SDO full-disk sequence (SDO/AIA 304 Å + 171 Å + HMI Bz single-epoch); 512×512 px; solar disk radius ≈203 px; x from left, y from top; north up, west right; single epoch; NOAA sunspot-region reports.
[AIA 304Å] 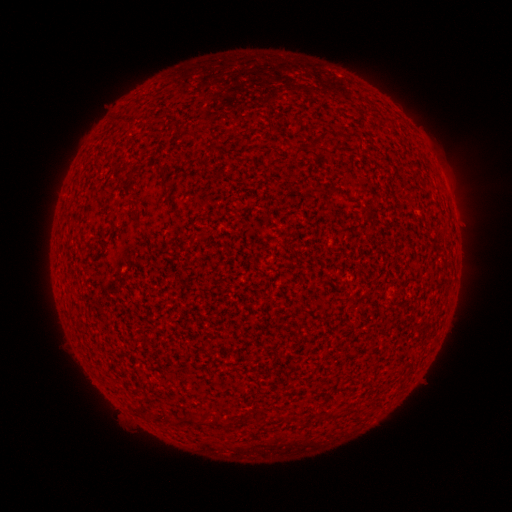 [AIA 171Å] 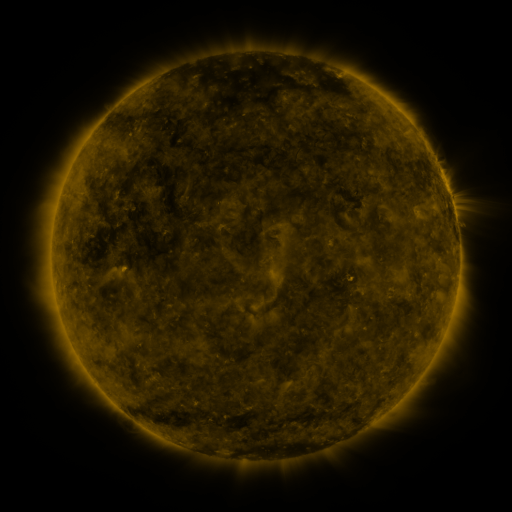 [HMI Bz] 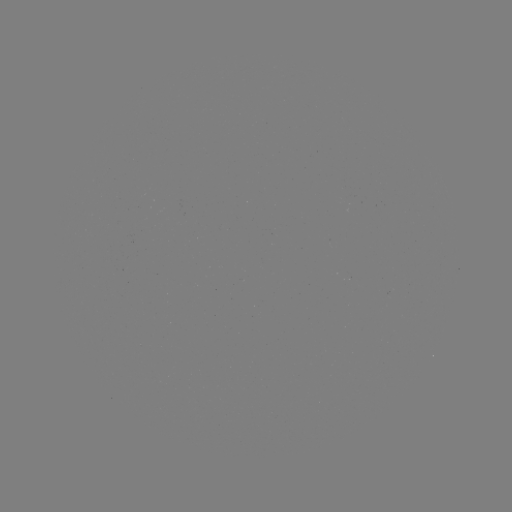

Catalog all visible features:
(none)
